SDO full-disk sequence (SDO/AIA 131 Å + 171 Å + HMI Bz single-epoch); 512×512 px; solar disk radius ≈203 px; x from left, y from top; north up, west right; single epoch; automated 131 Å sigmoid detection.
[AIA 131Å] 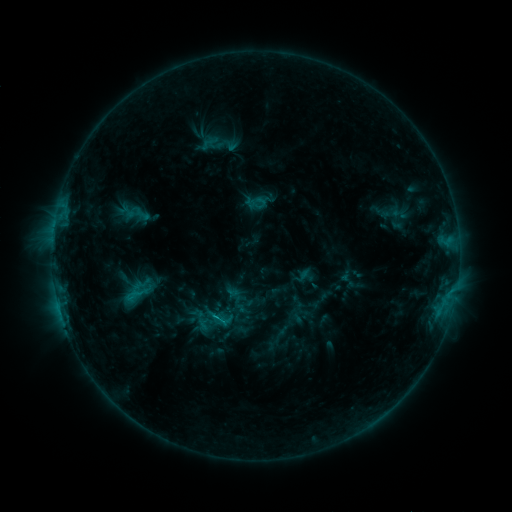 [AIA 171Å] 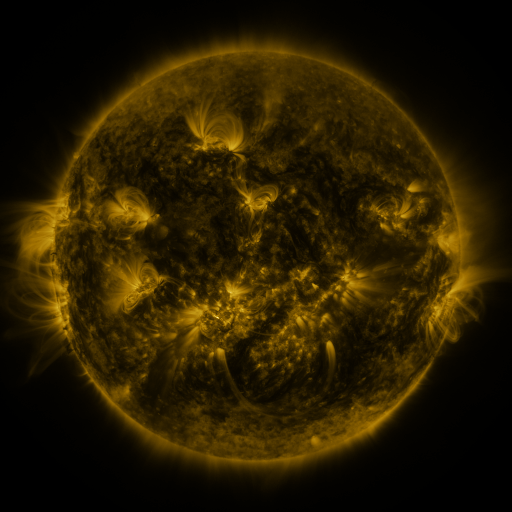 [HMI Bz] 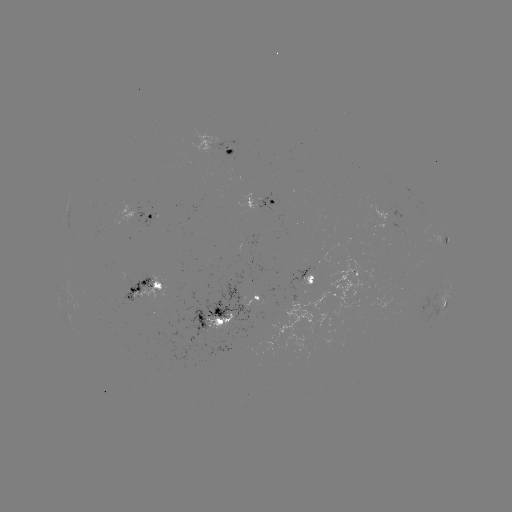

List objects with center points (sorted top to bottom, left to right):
sigmoid: (142, 214)
sigmoid: (220, 319)
